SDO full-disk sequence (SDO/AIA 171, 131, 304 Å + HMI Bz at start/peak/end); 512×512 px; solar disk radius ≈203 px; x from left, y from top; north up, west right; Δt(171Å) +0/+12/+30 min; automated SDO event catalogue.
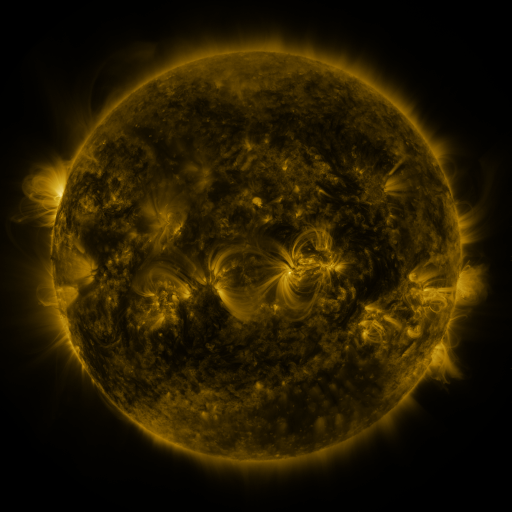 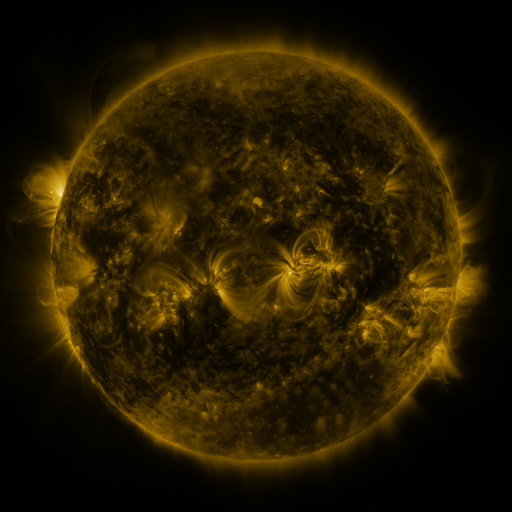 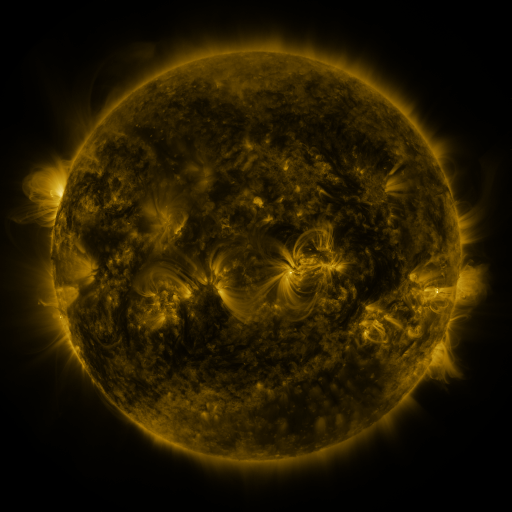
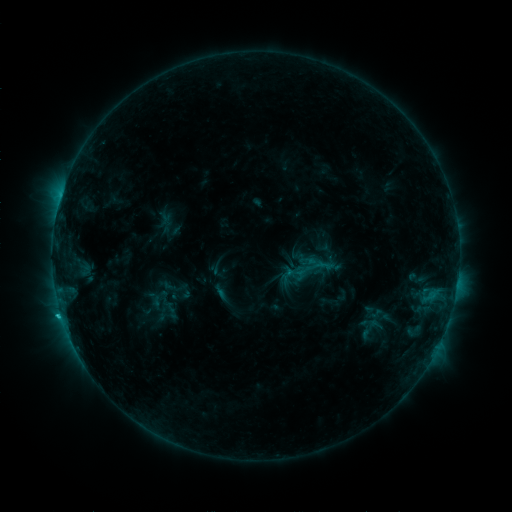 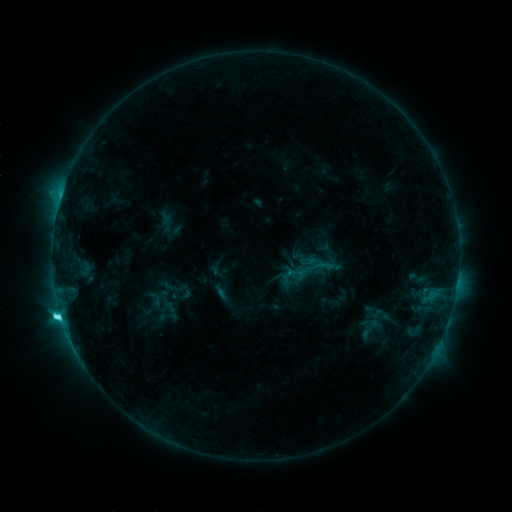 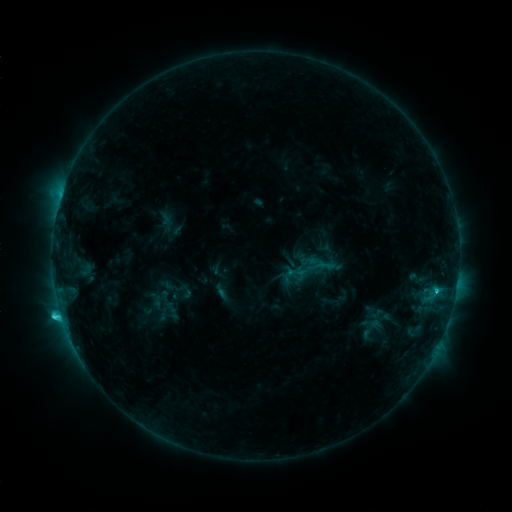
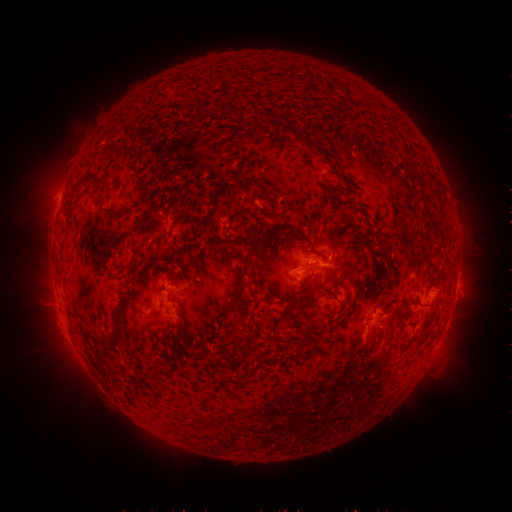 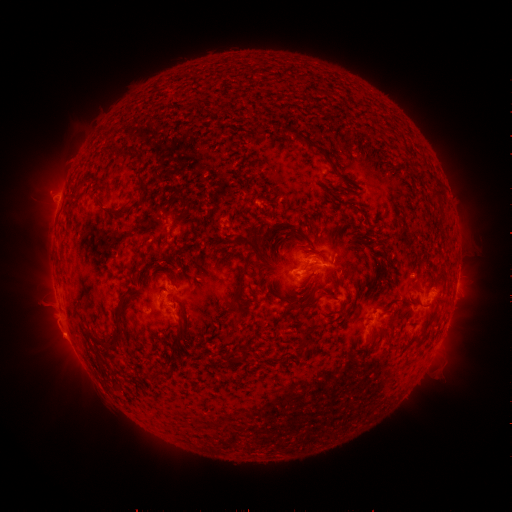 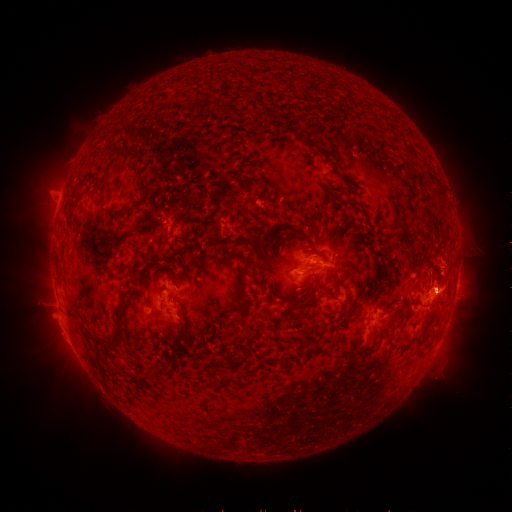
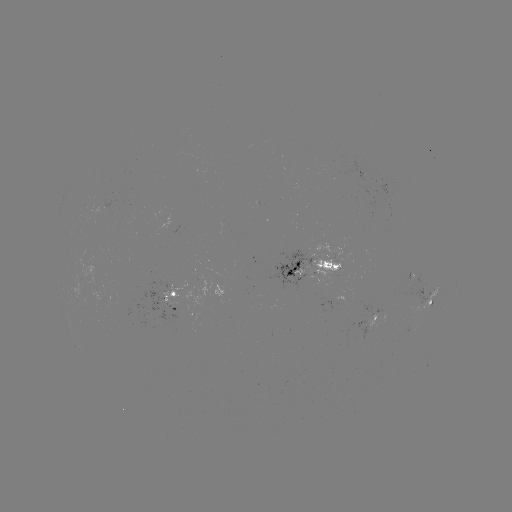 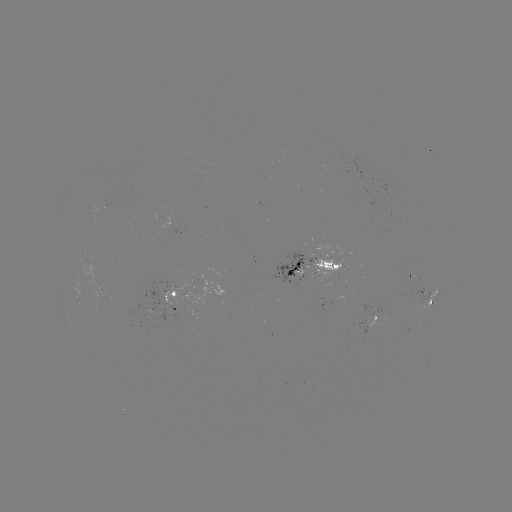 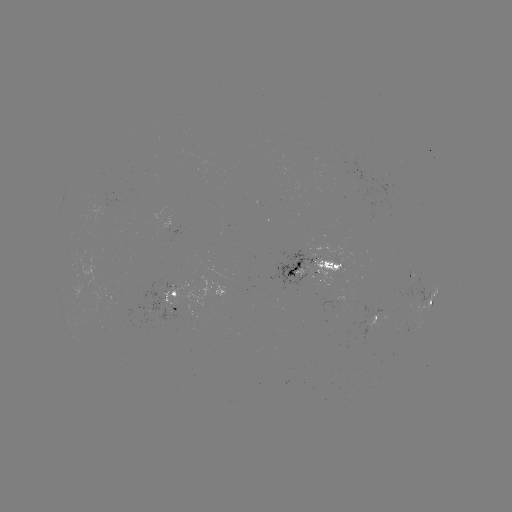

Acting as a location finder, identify C4.4 flare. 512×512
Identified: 61,315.